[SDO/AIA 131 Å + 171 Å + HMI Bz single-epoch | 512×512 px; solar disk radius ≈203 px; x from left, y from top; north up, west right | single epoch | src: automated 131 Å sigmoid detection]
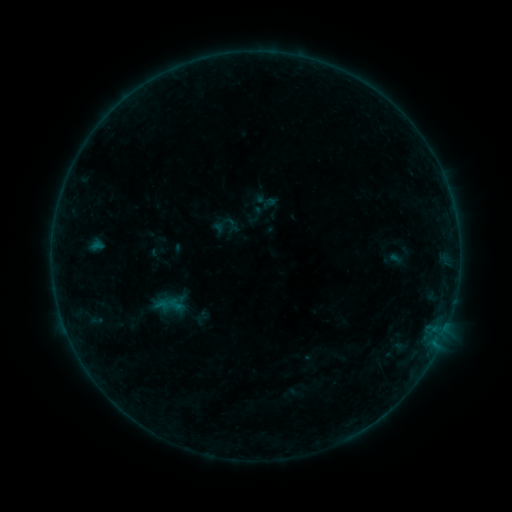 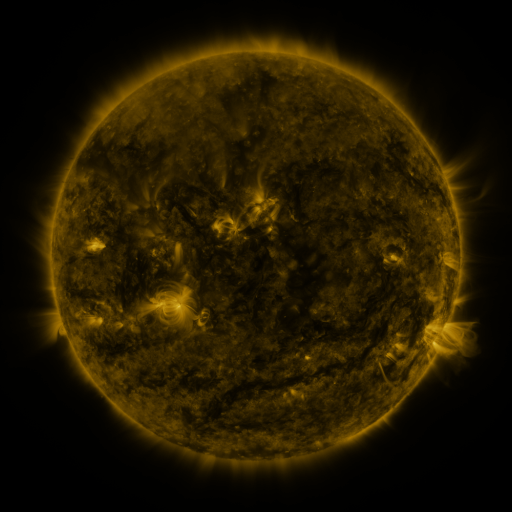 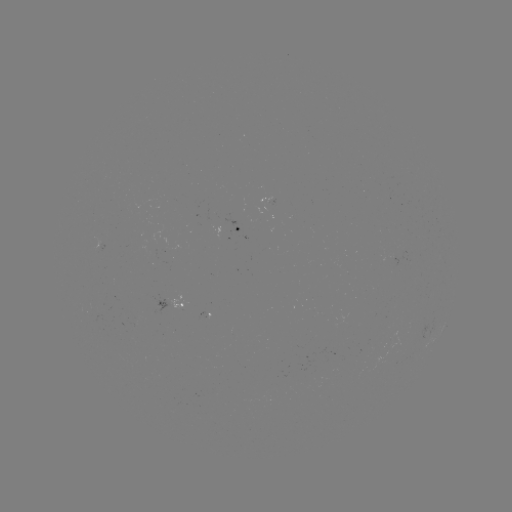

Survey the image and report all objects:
sigmoid: (232, 224)
